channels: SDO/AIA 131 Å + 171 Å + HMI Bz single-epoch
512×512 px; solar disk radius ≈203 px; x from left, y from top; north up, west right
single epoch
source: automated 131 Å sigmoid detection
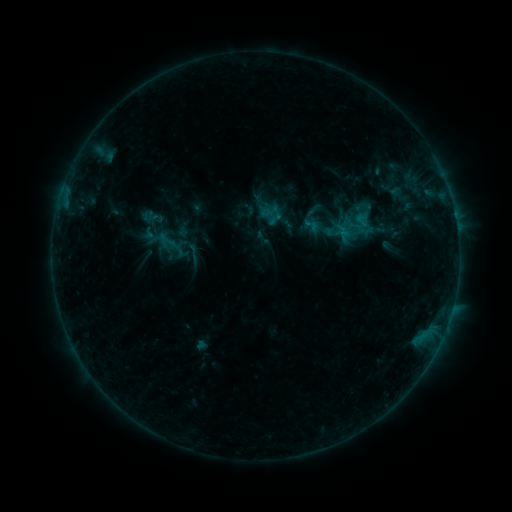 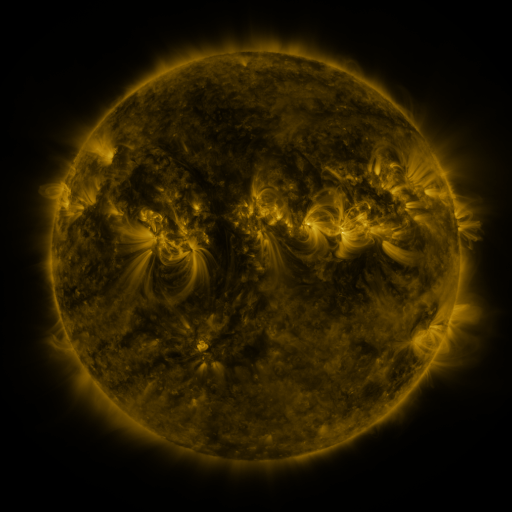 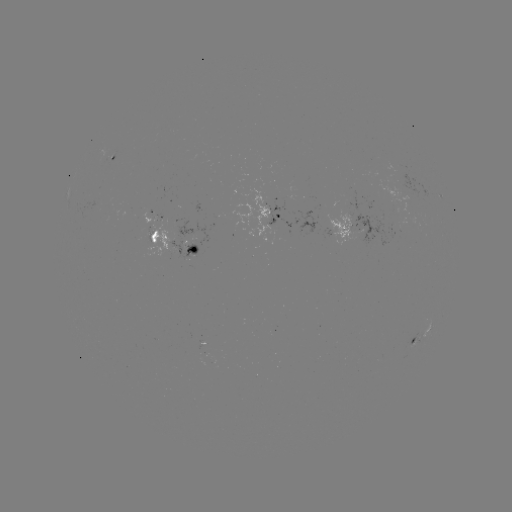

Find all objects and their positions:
sigmoid: [301, 216, 321, 234]
sigmoid: [182, 242, 203, 264]
